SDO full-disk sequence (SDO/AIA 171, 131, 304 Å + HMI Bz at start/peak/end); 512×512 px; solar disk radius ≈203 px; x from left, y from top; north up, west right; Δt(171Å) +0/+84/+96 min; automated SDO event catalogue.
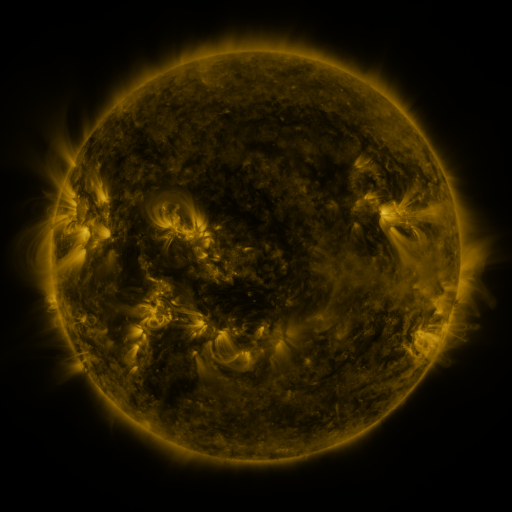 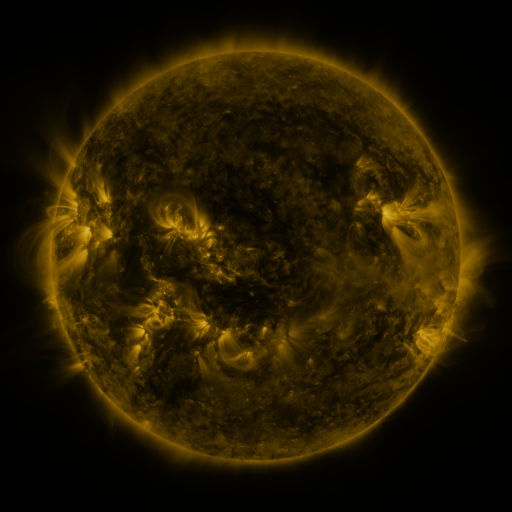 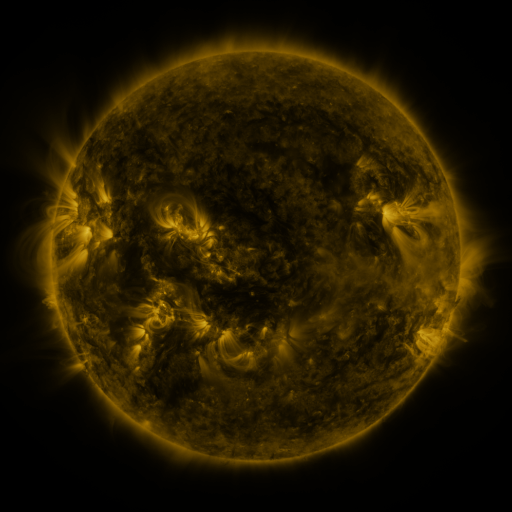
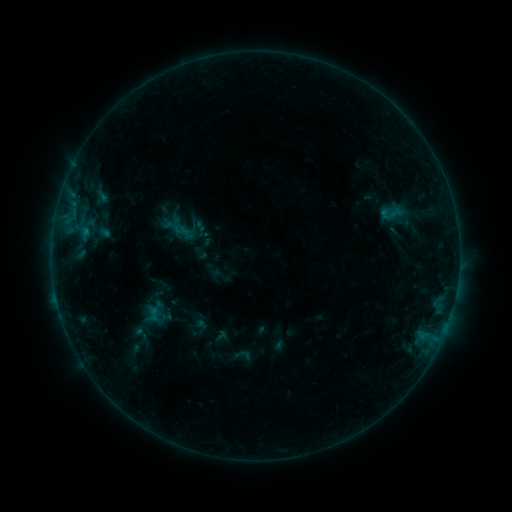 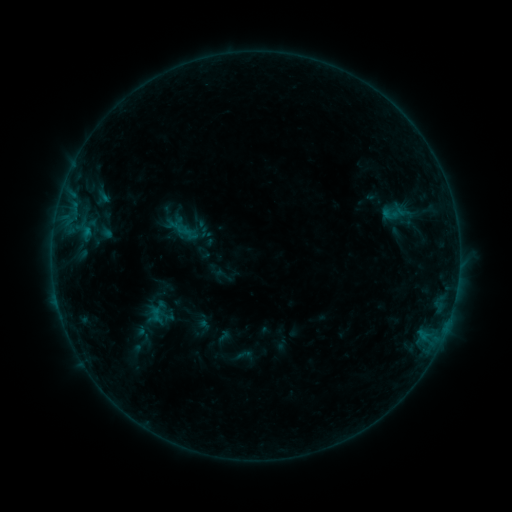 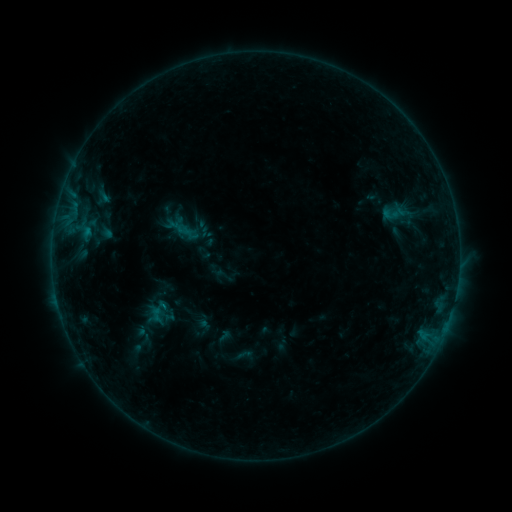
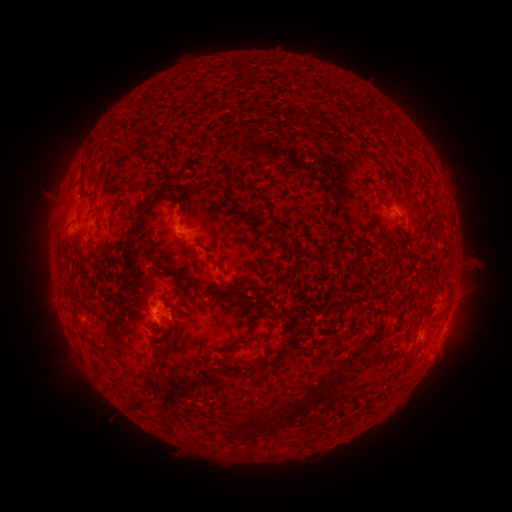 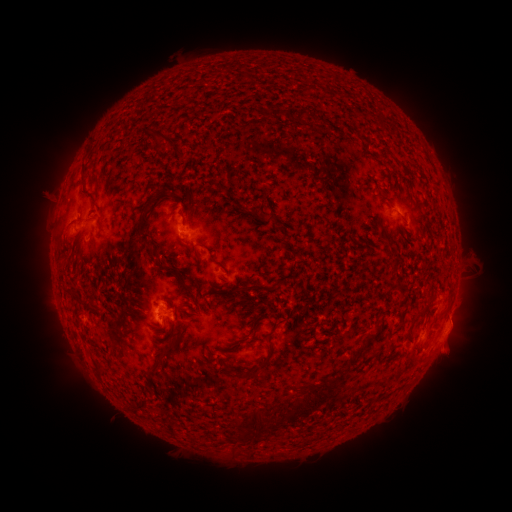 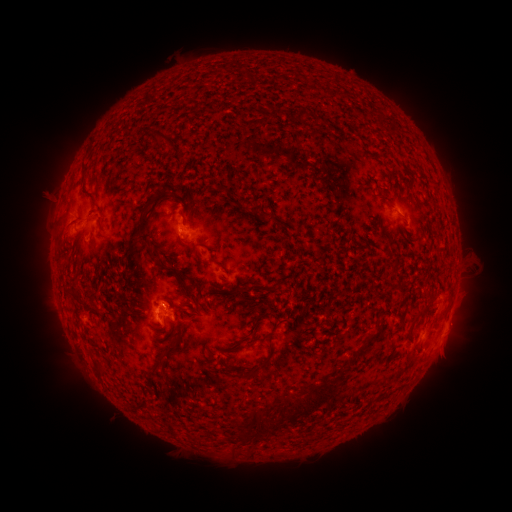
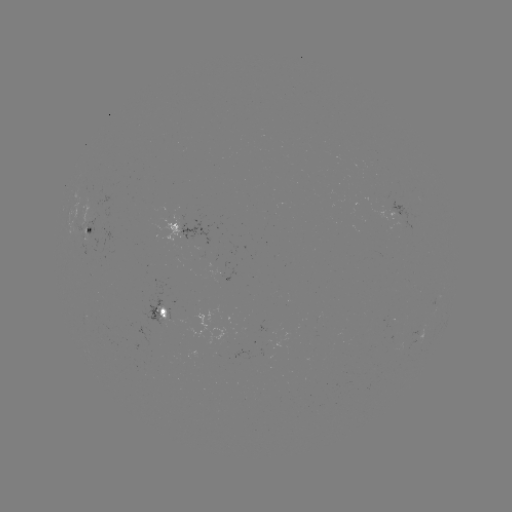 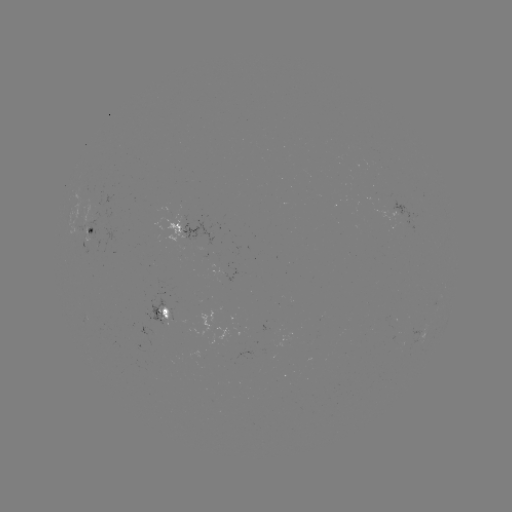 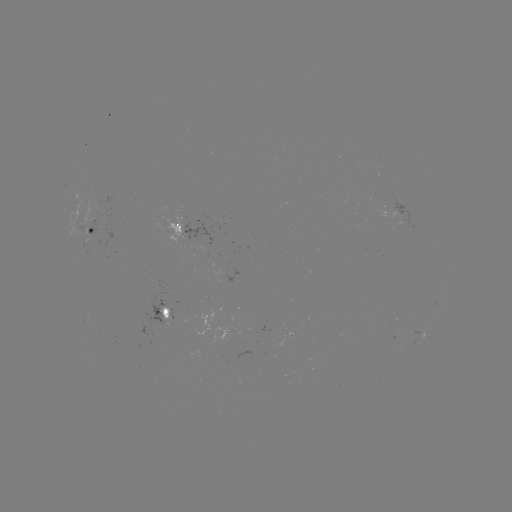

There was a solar emerging-flux region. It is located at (92, 214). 